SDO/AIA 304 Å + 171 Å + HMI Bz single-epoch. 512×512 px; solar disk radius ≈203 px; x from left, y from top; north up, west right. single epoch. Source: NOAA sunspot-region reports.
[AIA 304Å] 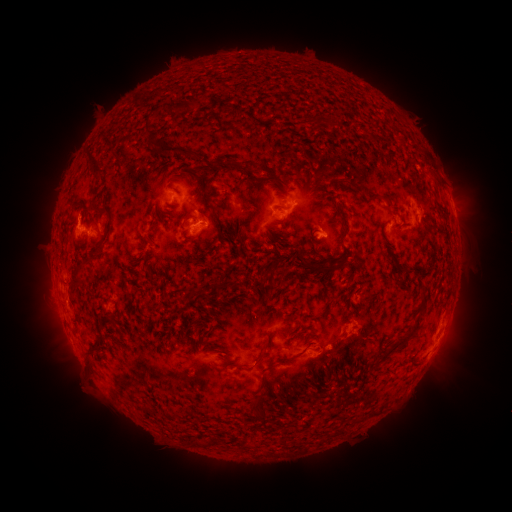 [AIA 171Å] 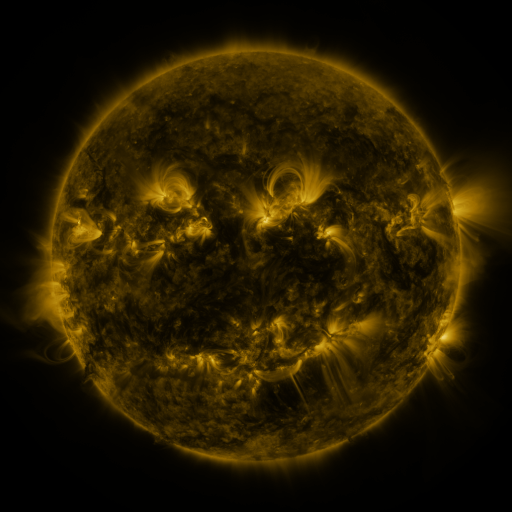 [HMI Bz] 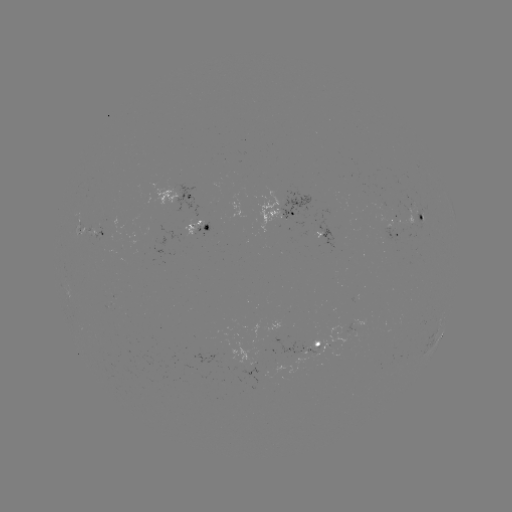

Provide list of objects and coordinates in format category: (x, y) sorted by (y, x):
spotted active region: (180, 197)
spotted active region: (280, 211)
spotted active region: (423, 218)
spotted active region: (200, 228)
spotted active region: (101, 229)
spotted active region: (393, 230)
spotted active region: (328, 235)
spotted active region: (437, 337)
spotted active region: (316, 346)
